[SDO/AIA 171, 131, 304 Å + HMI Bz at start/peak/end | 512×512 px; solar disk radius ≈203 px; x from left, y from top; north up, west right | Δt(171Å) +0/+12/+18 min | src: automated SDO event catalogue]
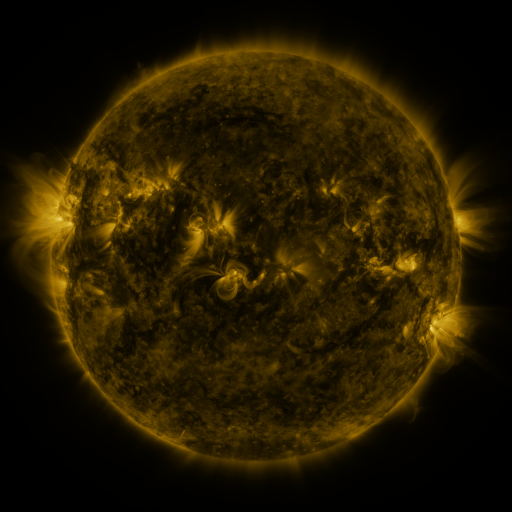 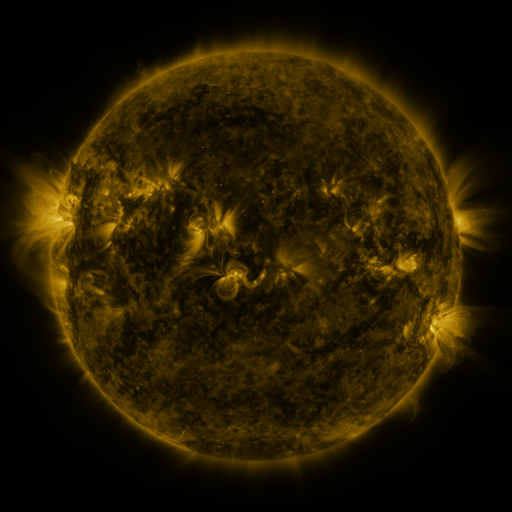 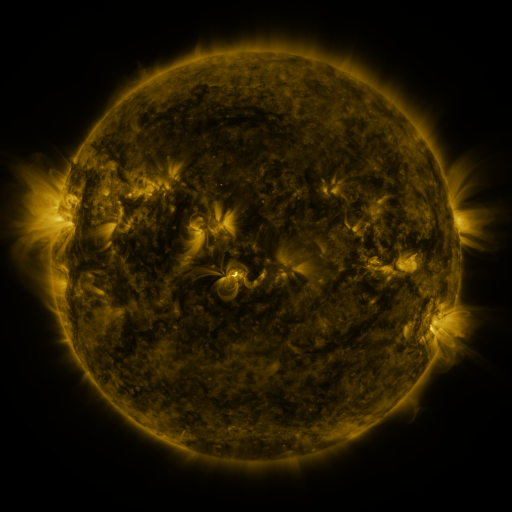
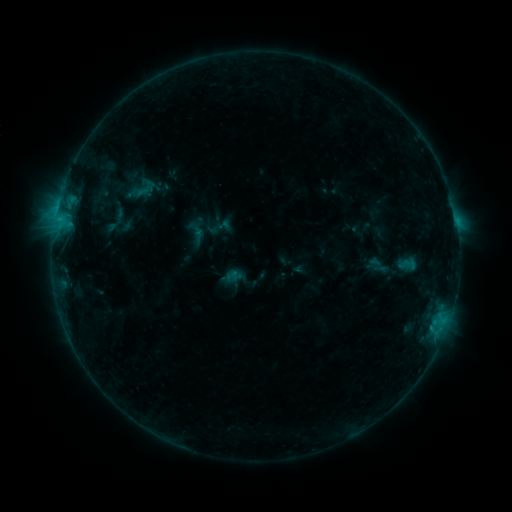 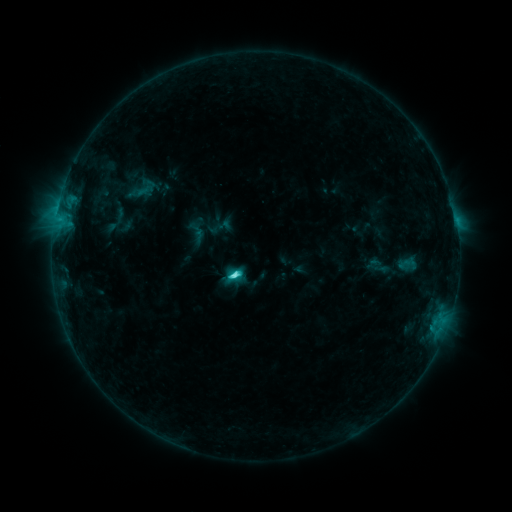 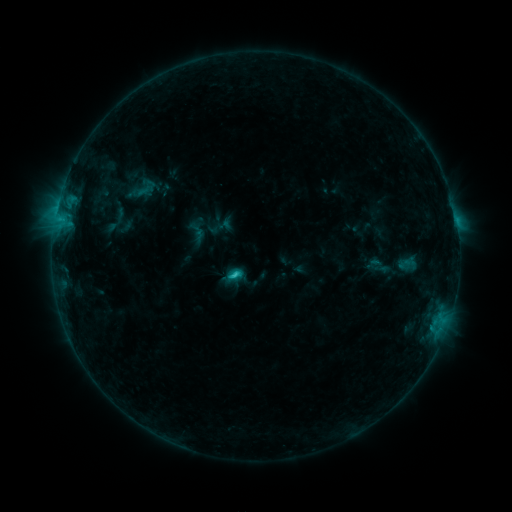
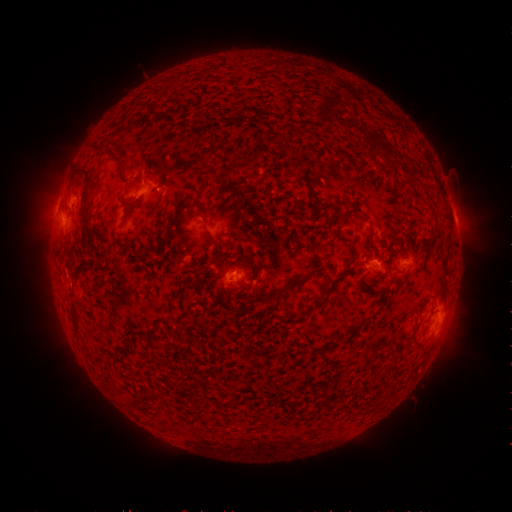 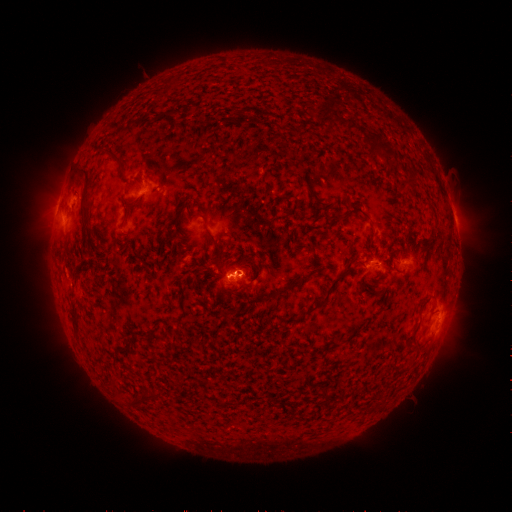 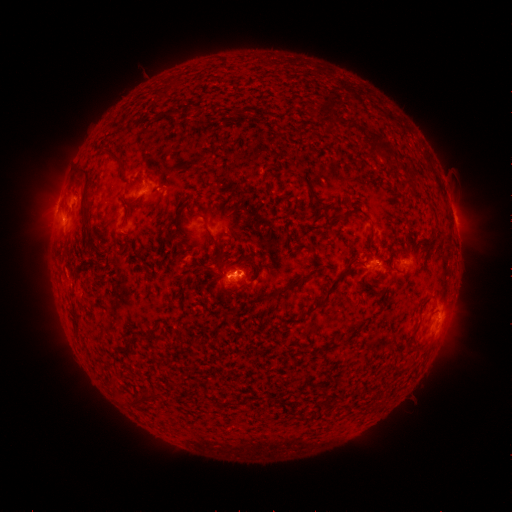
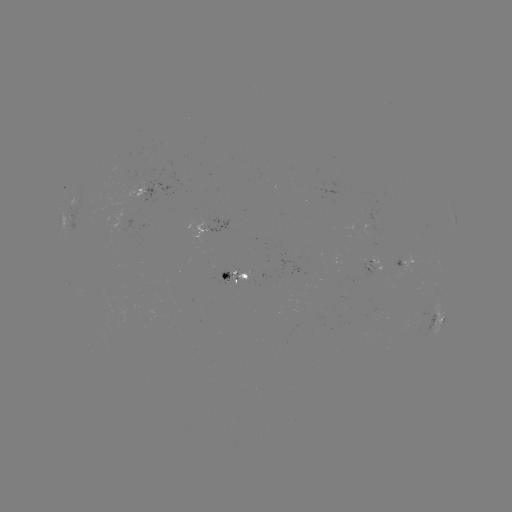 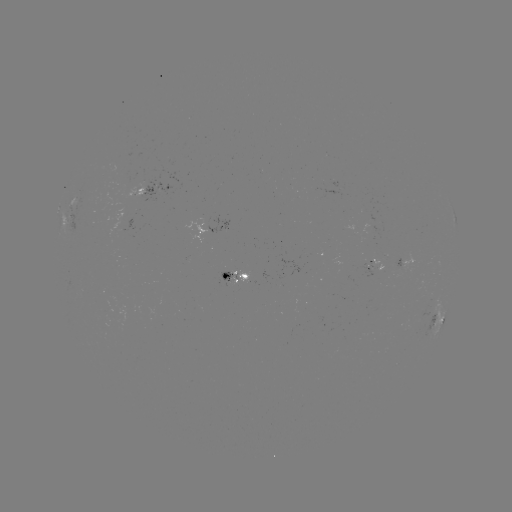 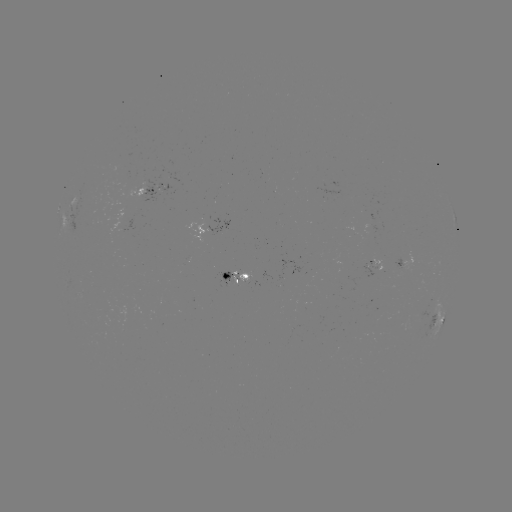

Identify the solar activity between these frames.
C2.9 flare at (235, 272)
